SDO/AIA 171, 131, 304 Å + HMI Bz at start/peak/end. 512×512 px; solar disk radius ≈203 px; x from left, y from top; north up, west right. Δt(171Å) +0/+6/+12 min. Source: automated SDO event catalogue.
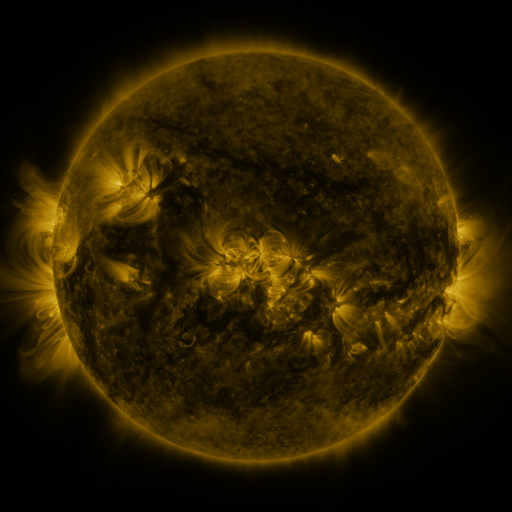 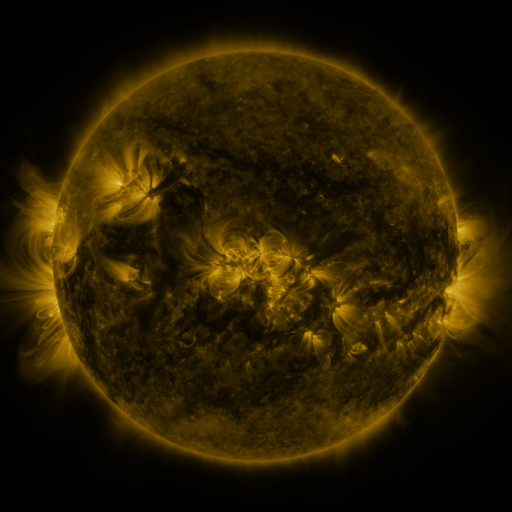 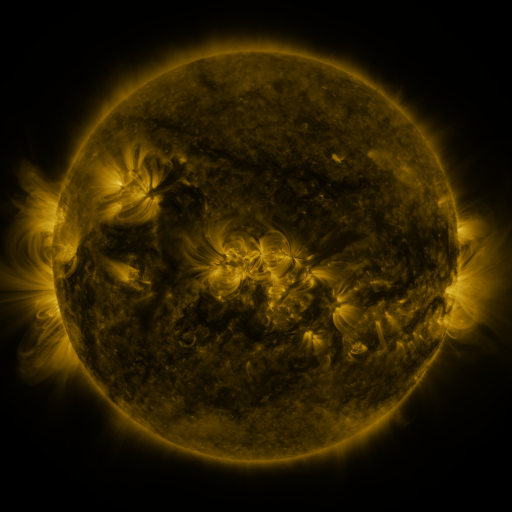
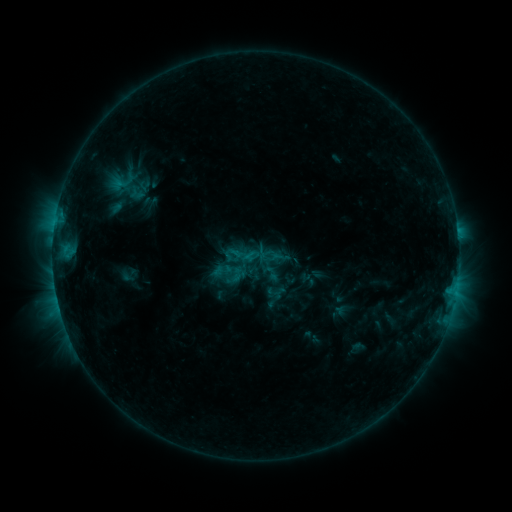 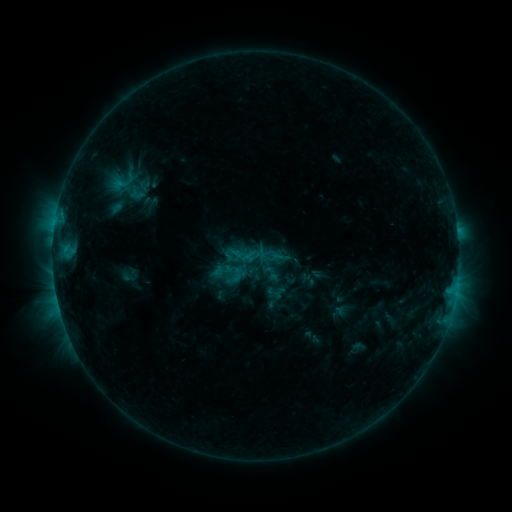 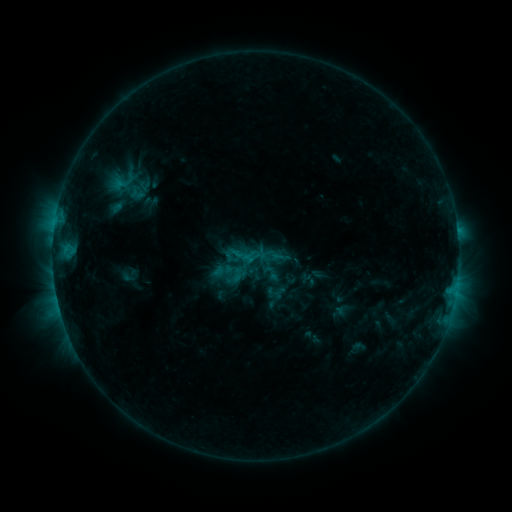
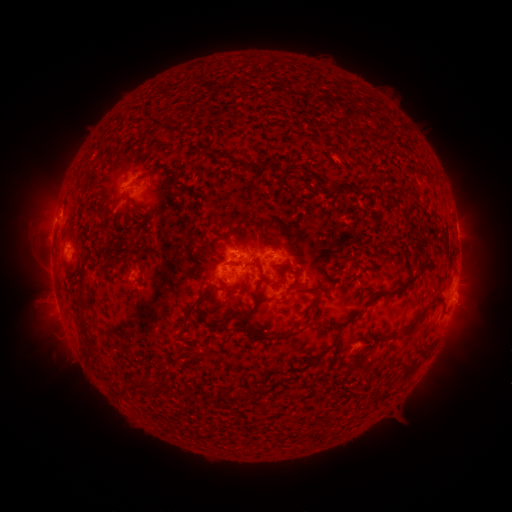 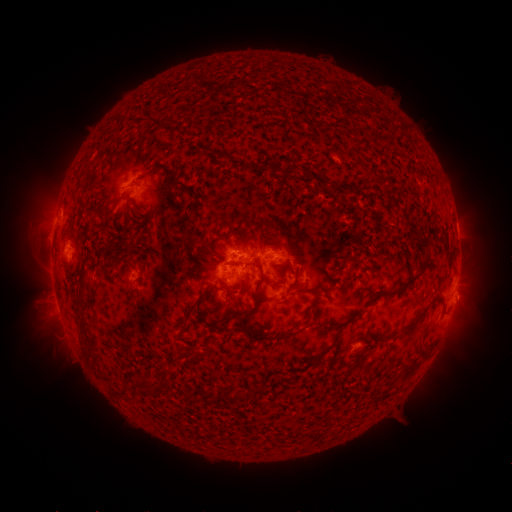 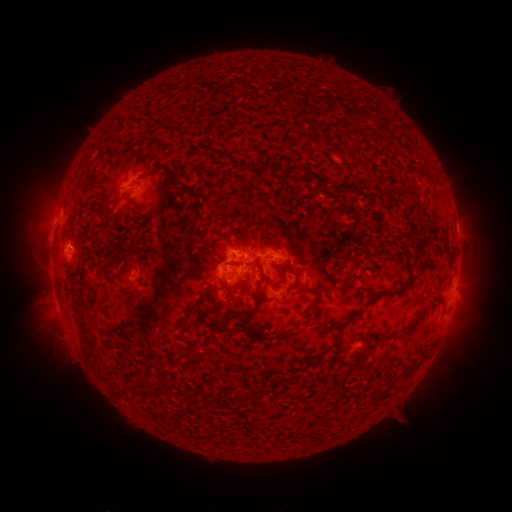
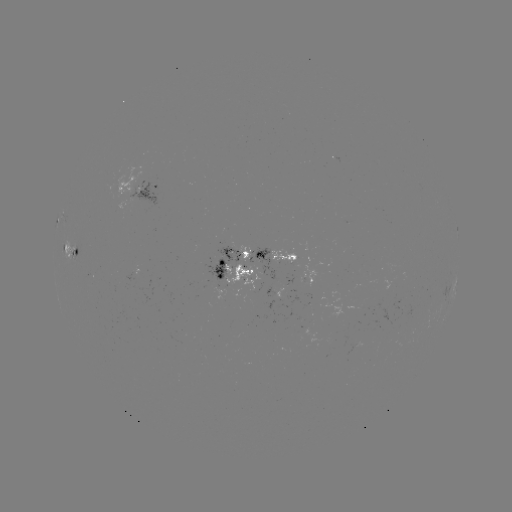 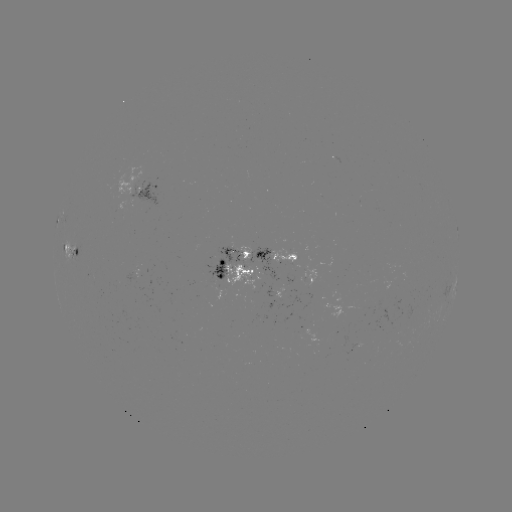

nothing was catalogued: no classed flare, no EUV trigger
